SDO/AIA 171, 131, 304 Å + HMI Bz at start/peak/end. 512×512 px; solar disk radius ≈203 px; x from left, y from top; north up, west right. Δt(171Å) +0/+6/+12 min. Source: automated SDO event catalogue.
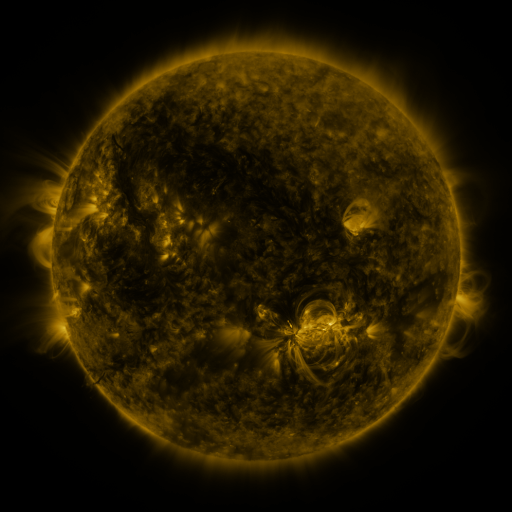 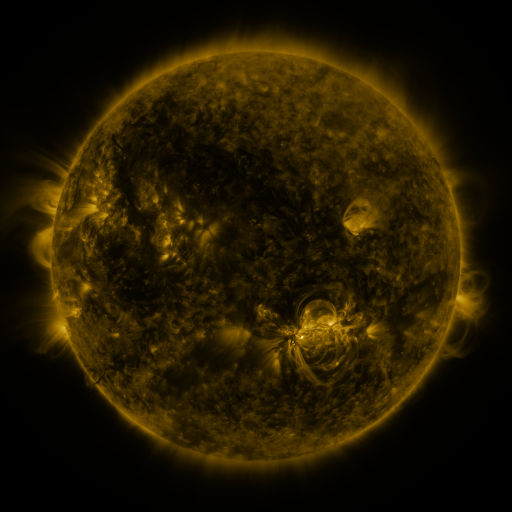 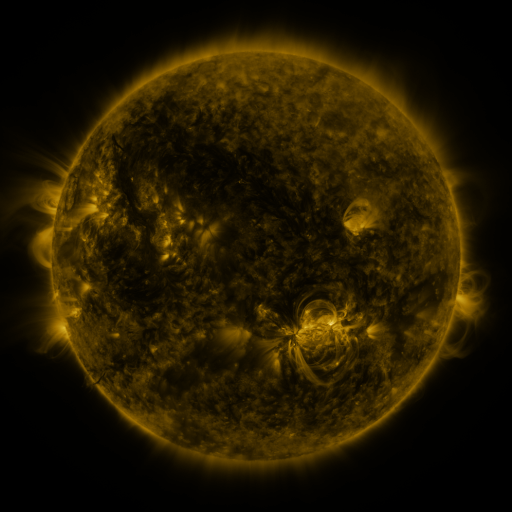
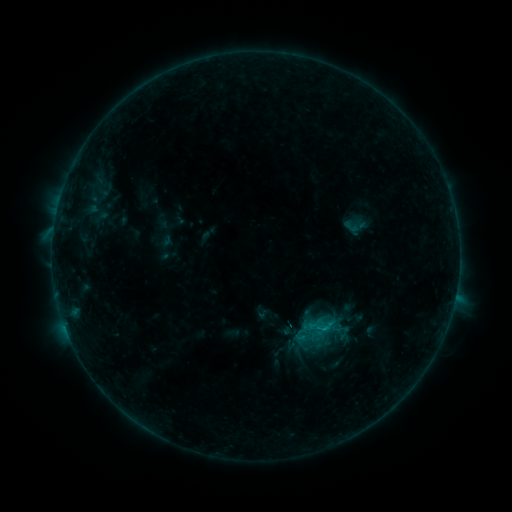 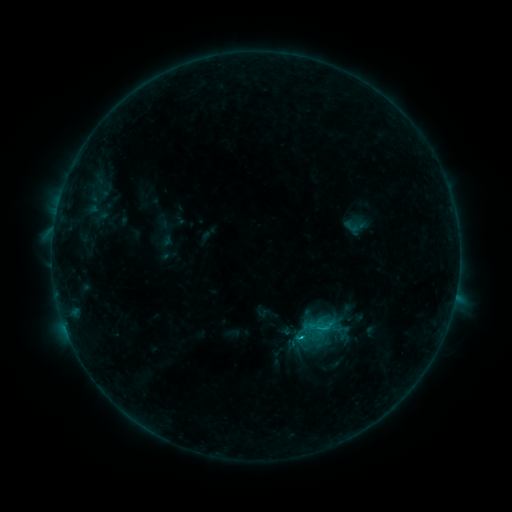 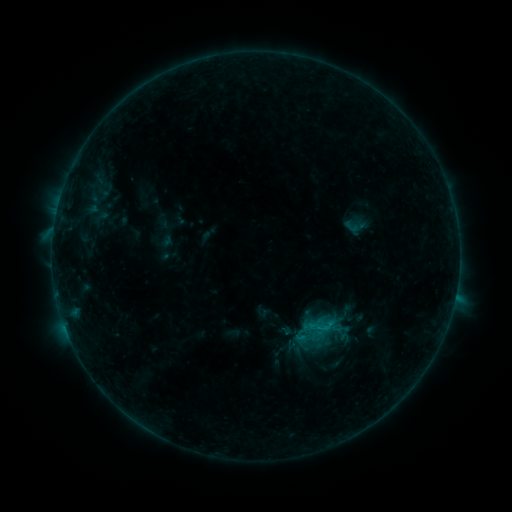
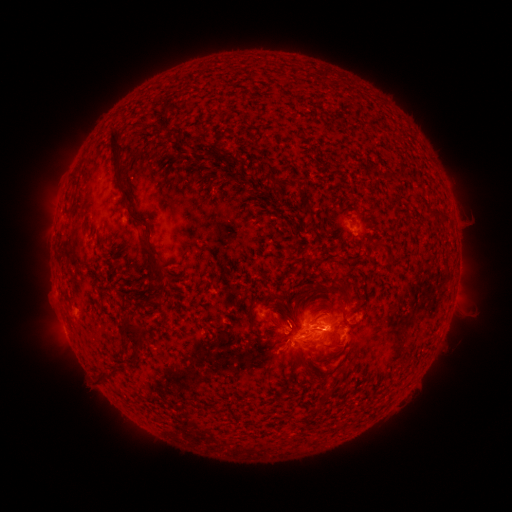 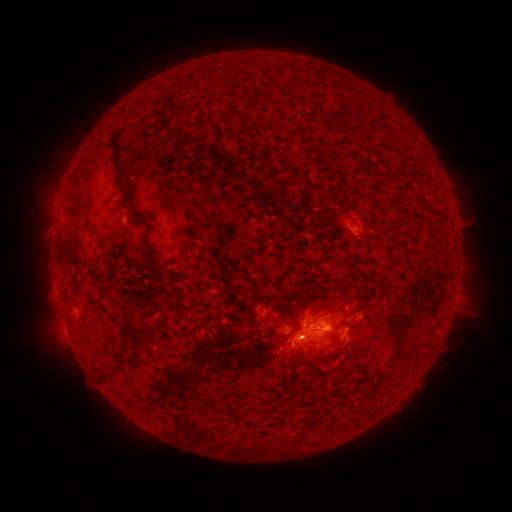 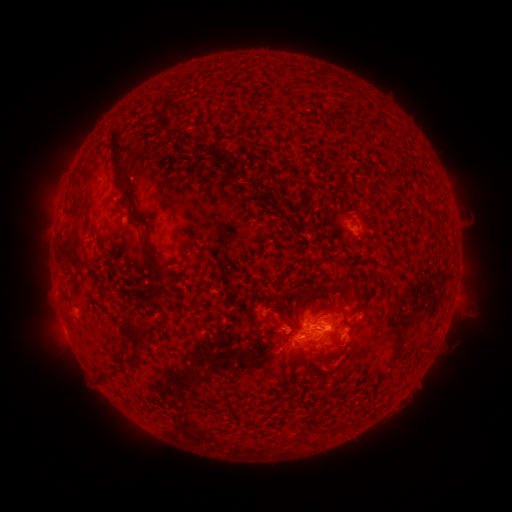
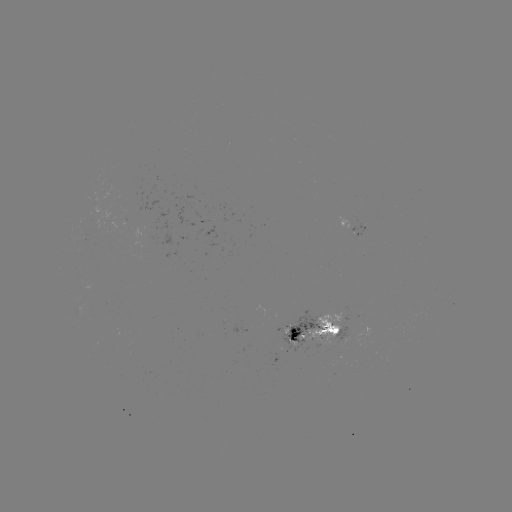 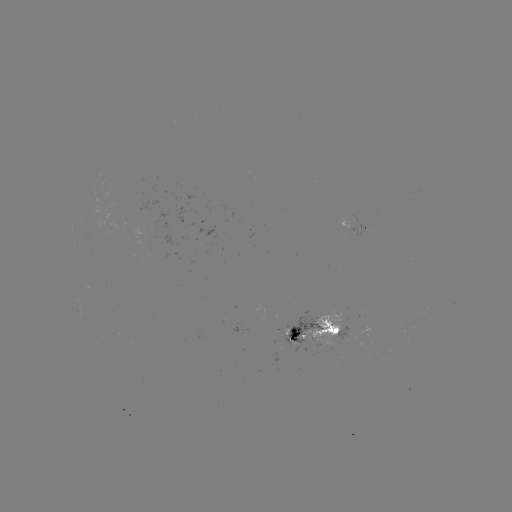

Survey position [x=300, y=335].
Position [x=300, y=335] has B8.2 flare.